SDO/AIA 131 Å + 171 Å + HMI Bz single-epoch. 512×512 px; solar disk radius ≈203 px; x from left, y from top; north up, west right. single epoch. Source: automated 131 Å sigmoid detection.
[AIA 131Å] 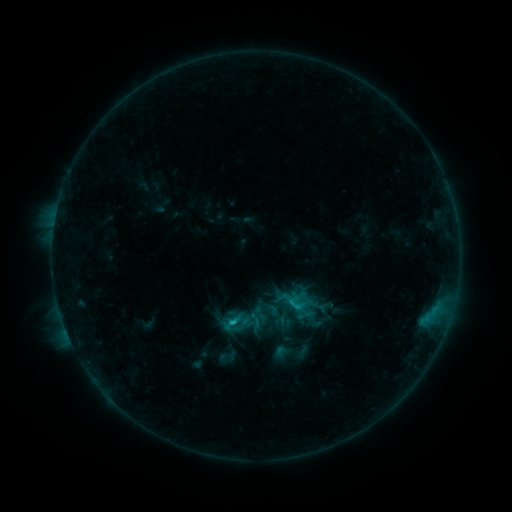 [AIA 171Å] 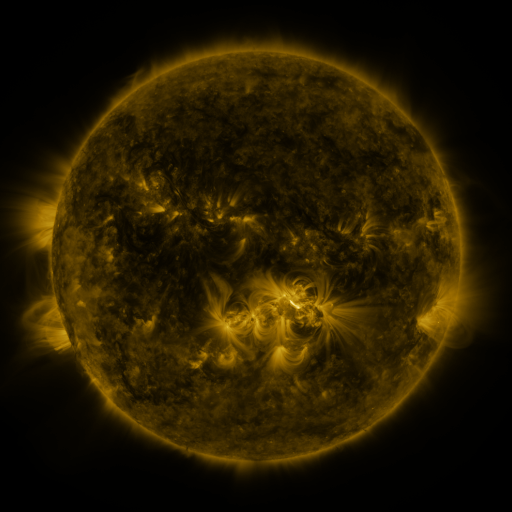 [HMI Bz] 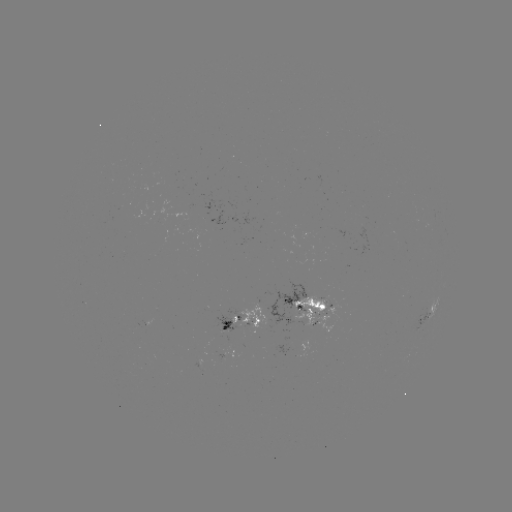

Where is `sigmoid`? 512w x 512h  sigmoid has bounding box [246, 311, 265, 330].